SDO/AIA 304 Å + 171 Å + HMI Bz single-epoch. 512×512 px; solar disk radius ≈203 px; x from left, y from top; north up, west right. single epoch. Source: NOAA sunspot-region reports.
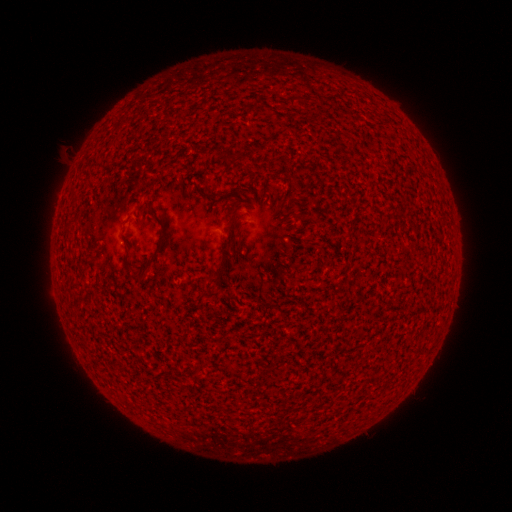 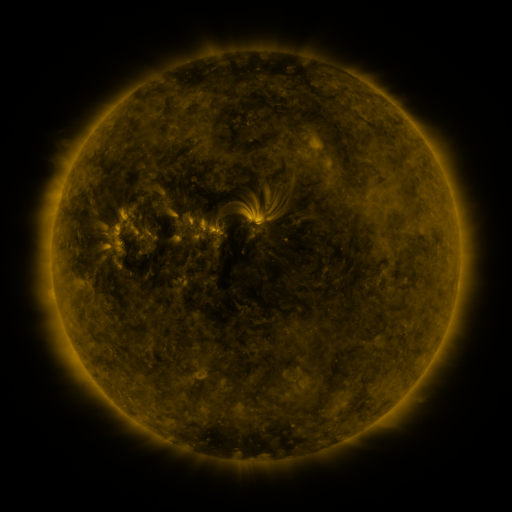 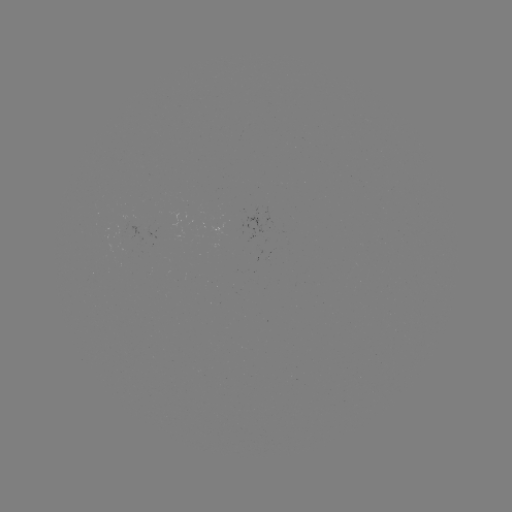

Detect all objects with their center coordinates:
(none)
